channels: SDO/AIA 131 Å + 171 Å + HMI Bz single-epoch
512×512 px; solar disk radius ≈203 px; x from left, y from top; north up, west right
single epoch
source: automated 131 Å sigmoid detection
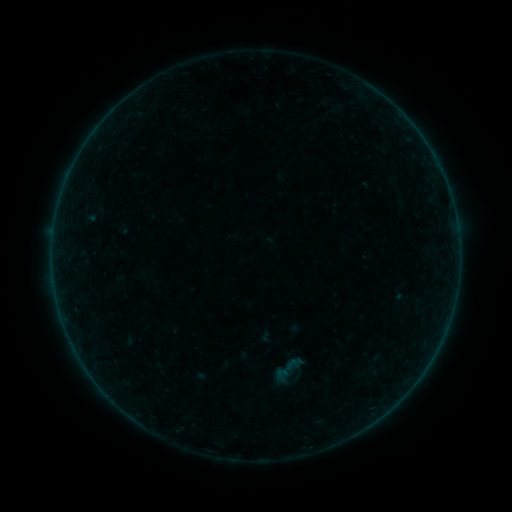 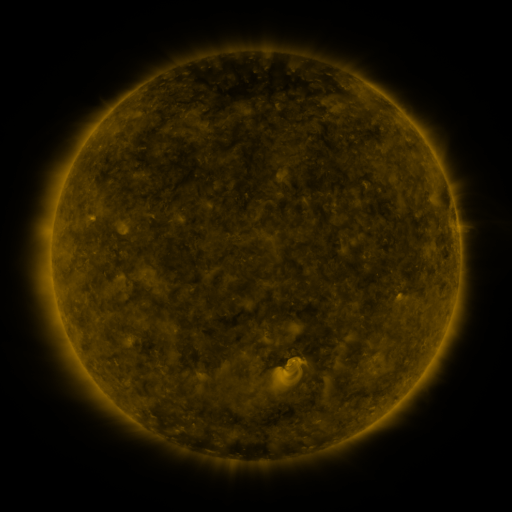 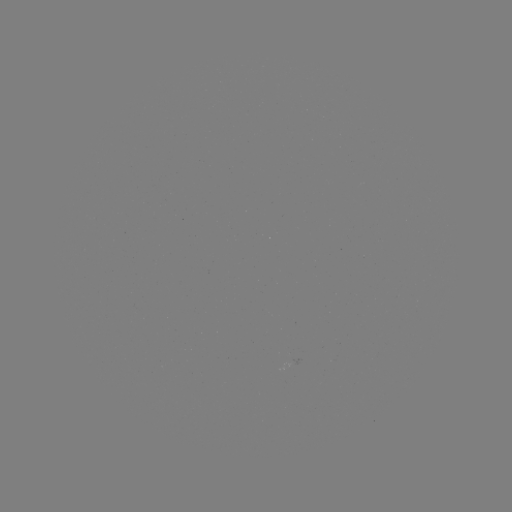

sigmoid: (270, 350, 307, 387)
